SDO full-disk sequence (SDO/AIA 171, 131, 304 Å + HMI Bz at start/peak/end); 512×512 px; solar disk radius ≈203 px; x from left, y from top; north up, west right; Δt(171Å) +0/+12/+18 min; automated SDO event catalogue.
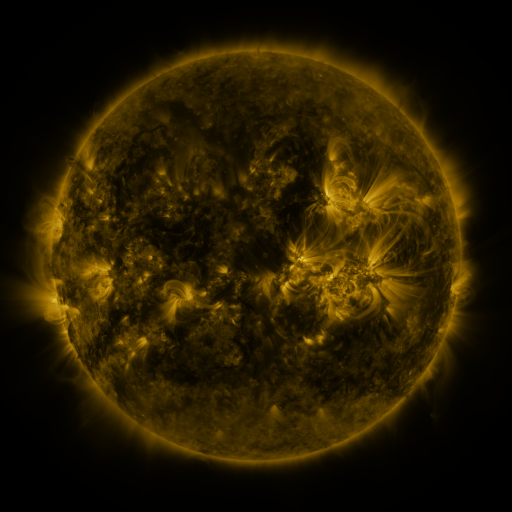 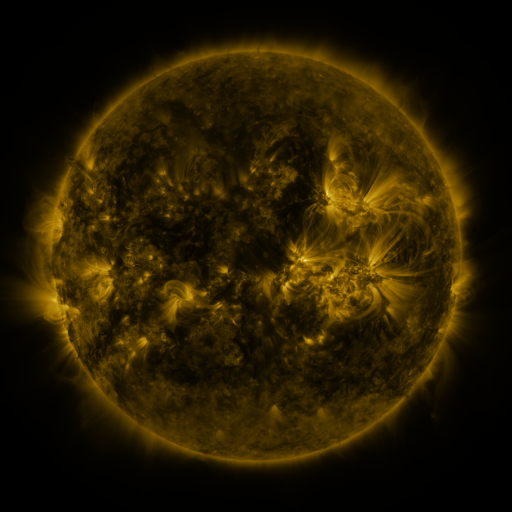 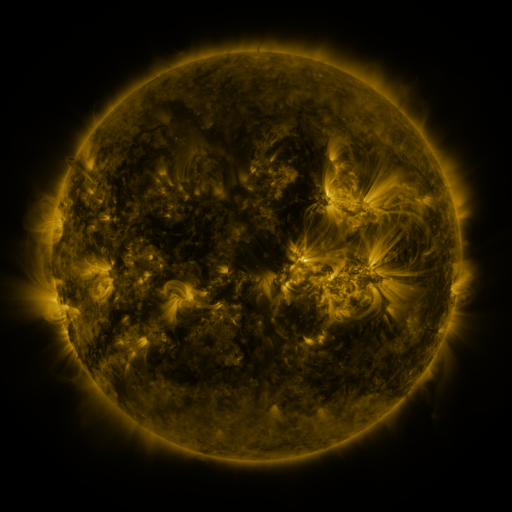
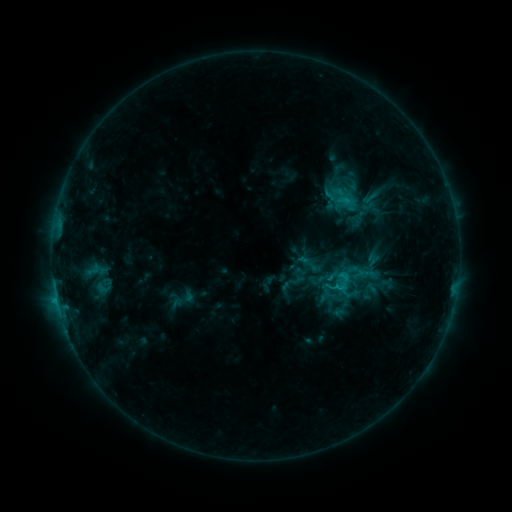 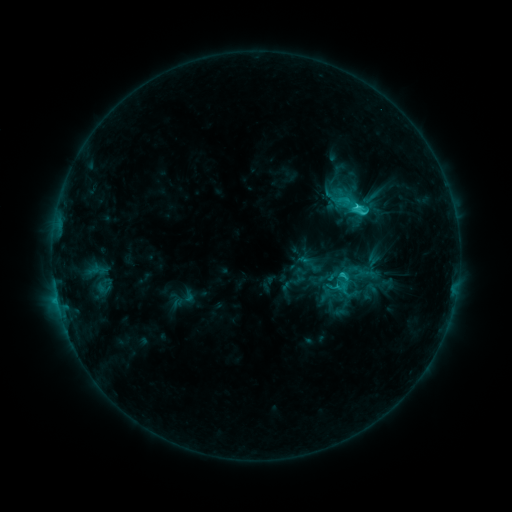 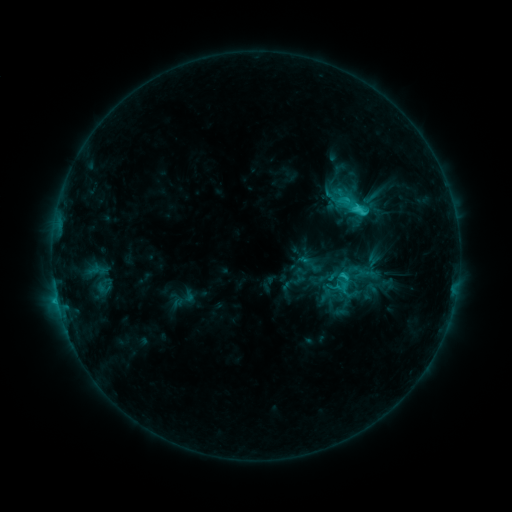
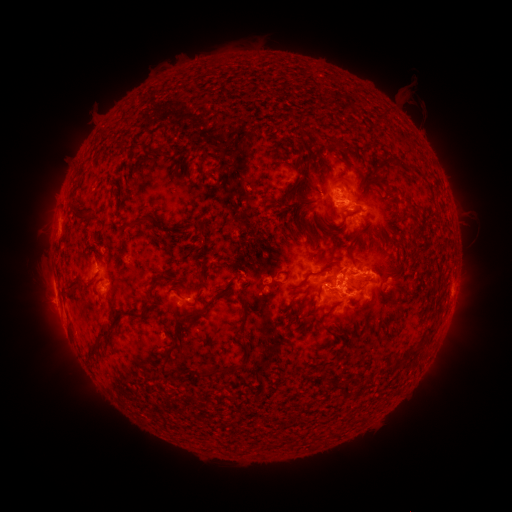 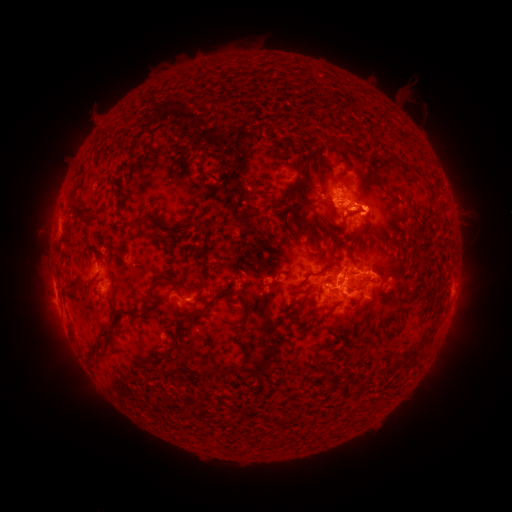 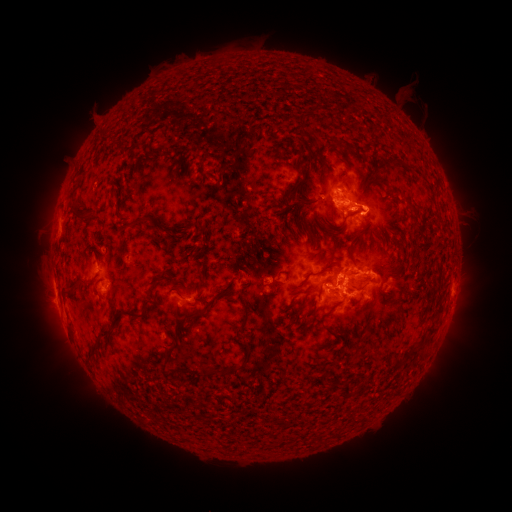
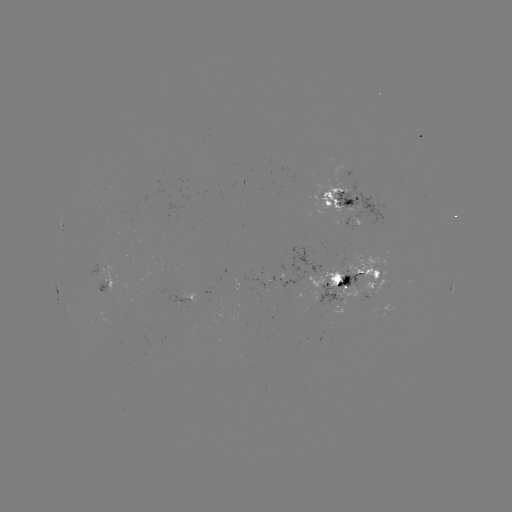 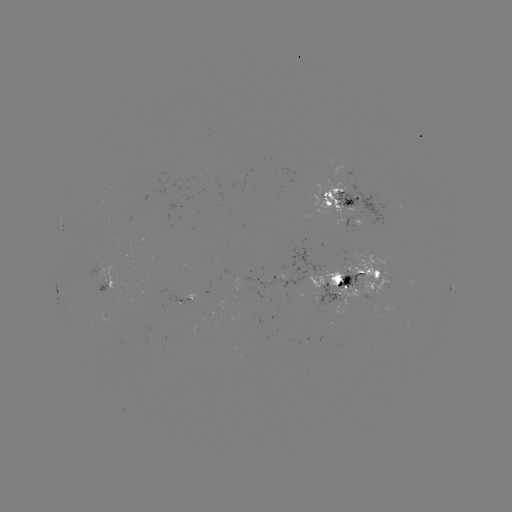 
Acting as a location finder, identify C3.9 flare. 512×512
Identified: [356, 208].